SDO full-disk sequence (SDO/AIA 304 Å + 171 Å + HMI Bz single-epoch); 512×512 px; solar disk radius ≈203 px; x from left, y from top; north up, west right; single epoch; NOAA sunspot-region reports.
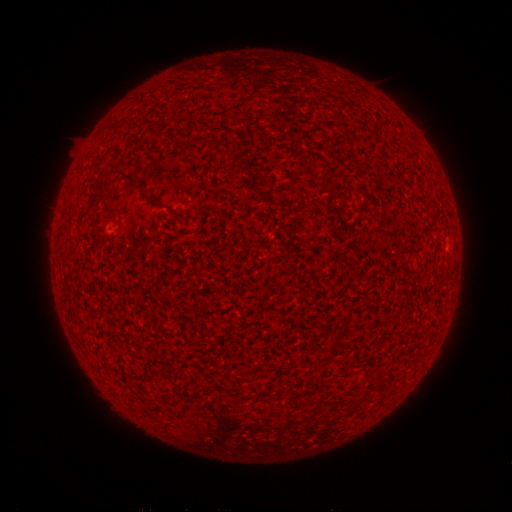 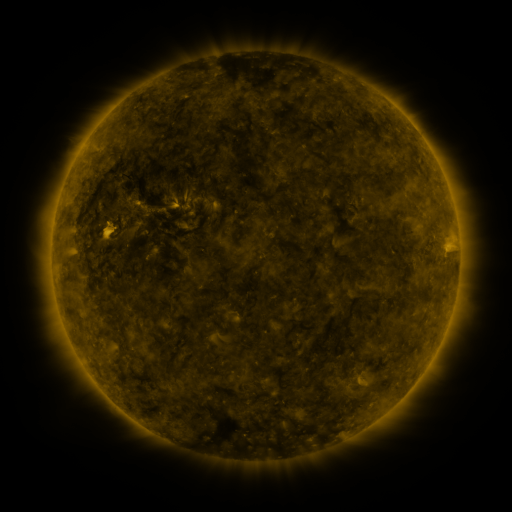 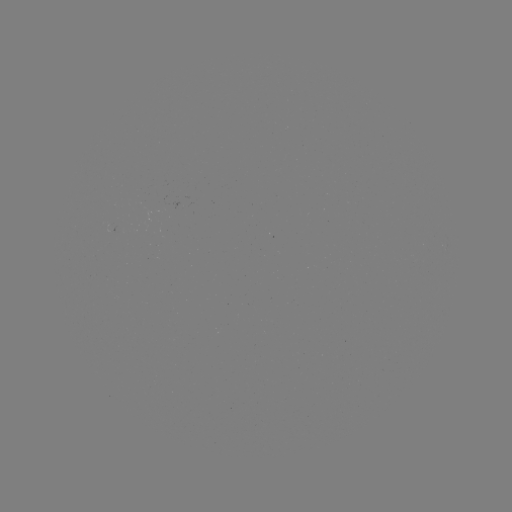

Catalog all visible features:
(none)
